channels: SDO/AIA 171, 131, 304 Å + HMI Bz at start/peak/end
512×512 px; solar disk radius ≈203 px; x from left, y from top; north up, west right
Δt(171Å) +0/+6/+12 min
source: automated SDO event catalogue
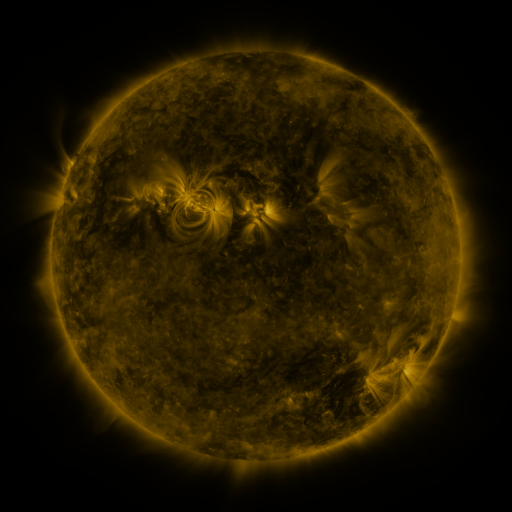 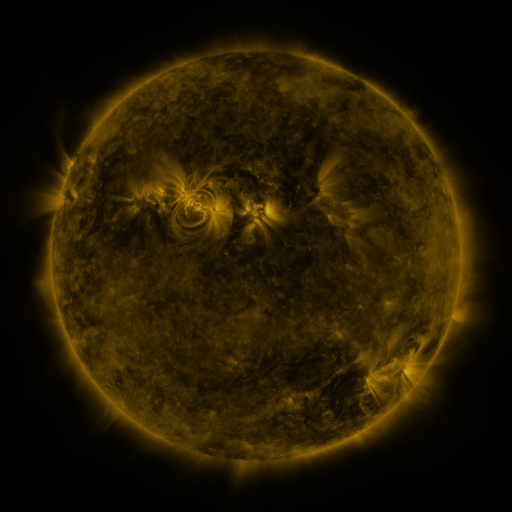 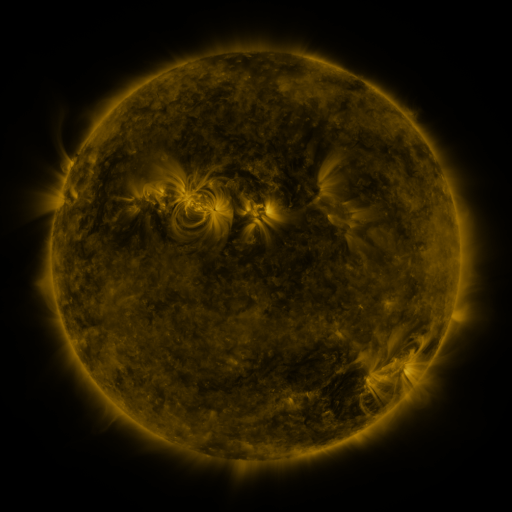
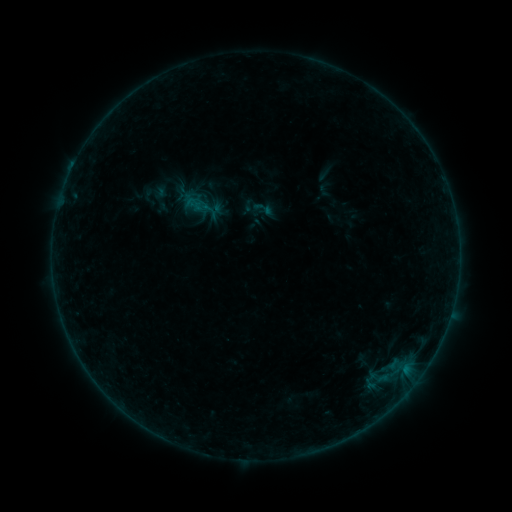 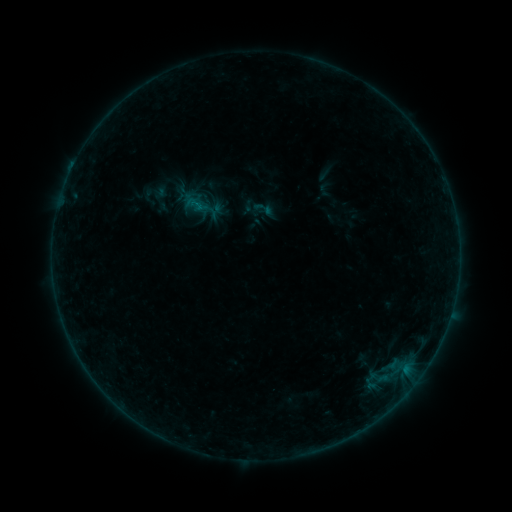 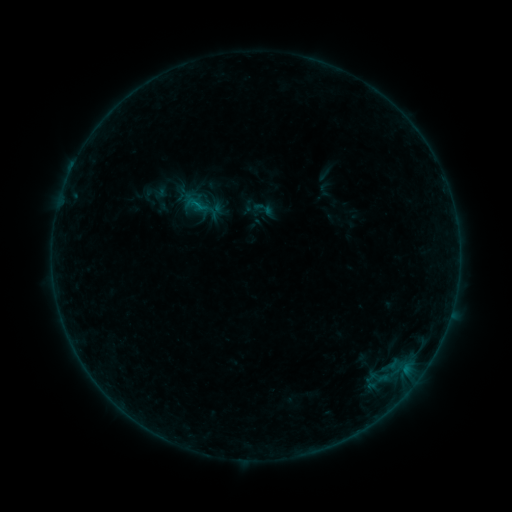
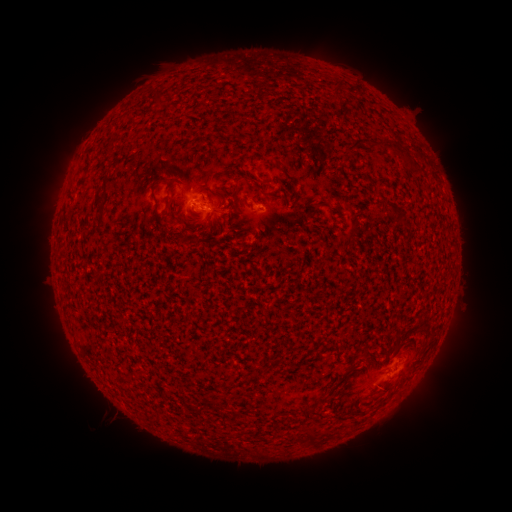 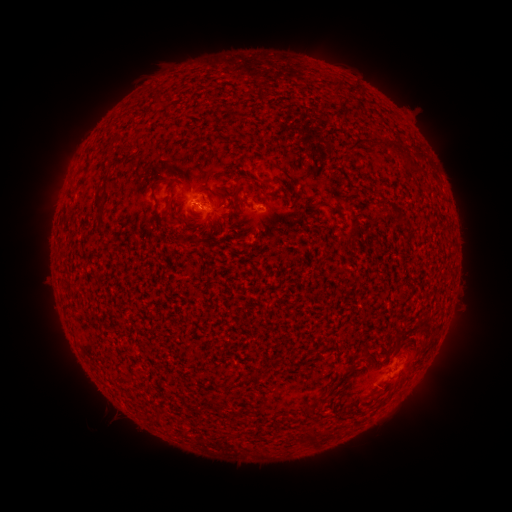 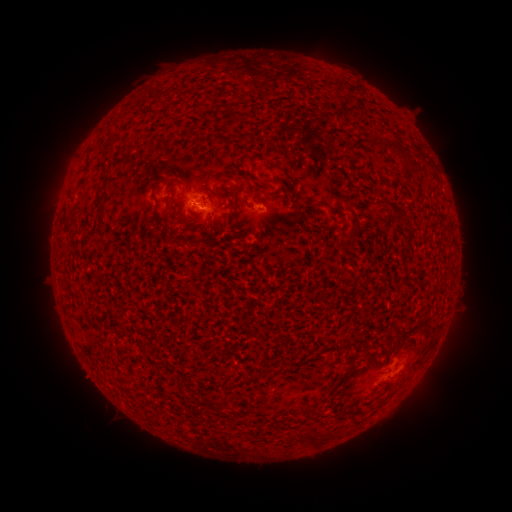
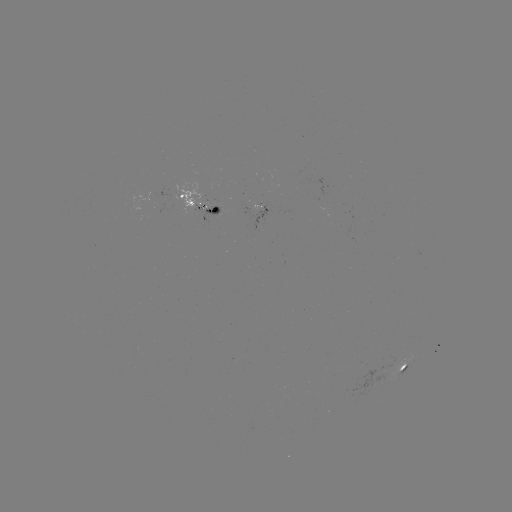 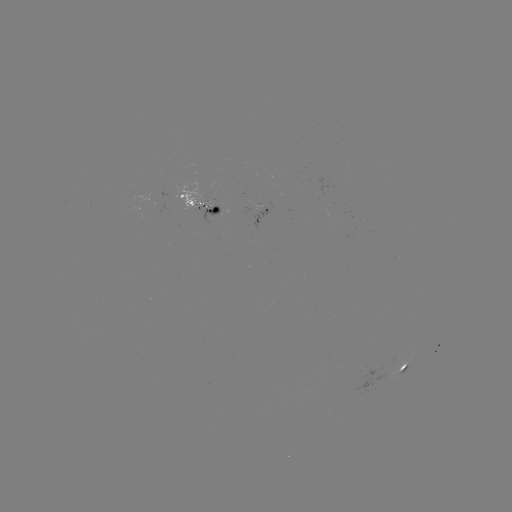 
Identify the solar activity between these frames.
B2.5 flare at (203, 208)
